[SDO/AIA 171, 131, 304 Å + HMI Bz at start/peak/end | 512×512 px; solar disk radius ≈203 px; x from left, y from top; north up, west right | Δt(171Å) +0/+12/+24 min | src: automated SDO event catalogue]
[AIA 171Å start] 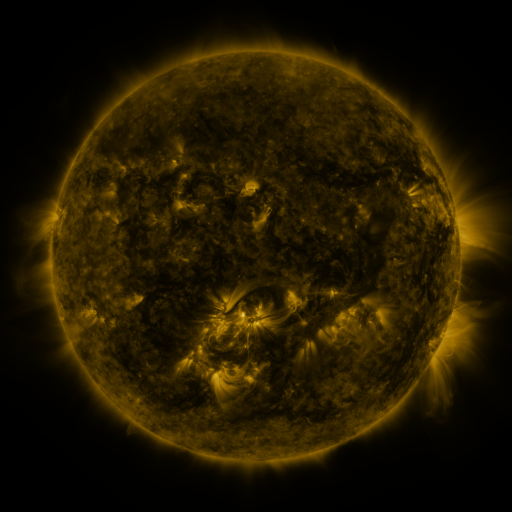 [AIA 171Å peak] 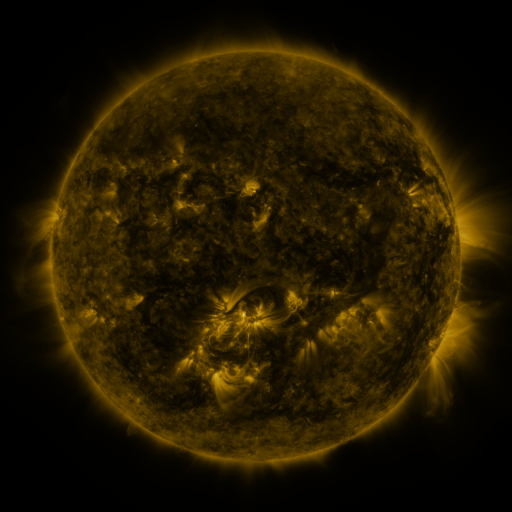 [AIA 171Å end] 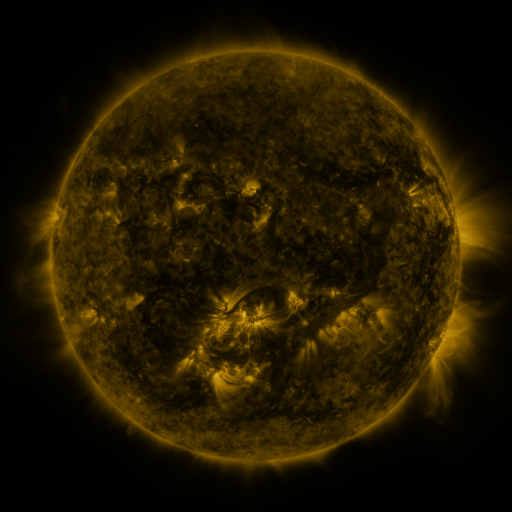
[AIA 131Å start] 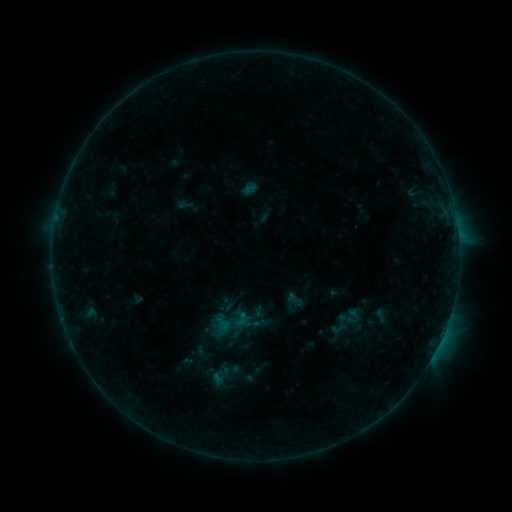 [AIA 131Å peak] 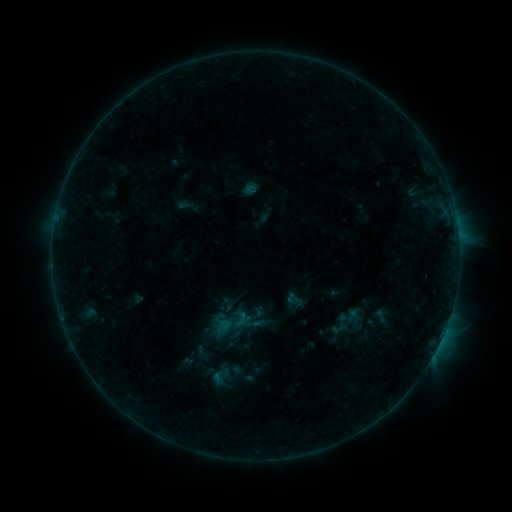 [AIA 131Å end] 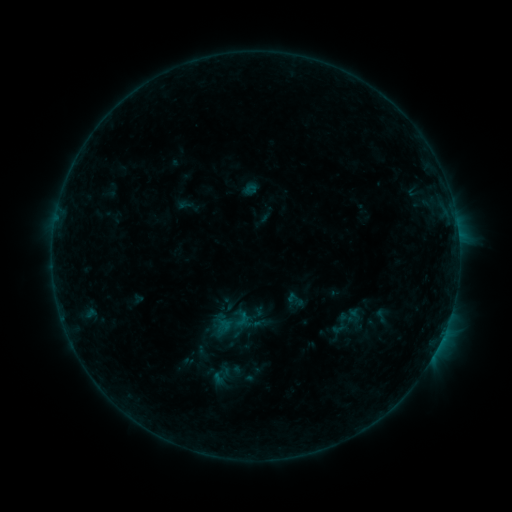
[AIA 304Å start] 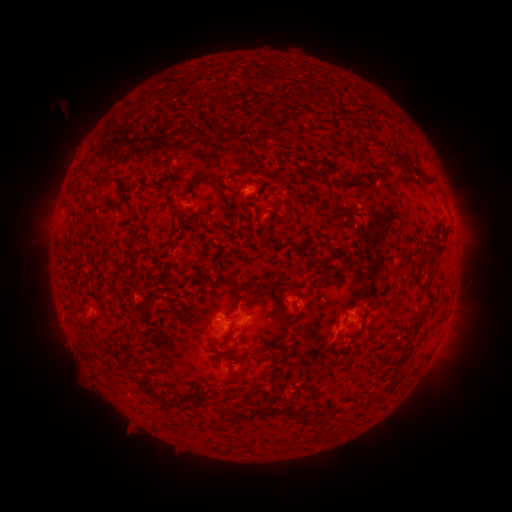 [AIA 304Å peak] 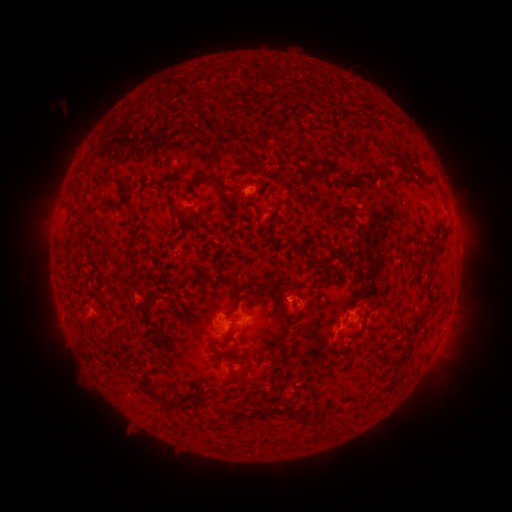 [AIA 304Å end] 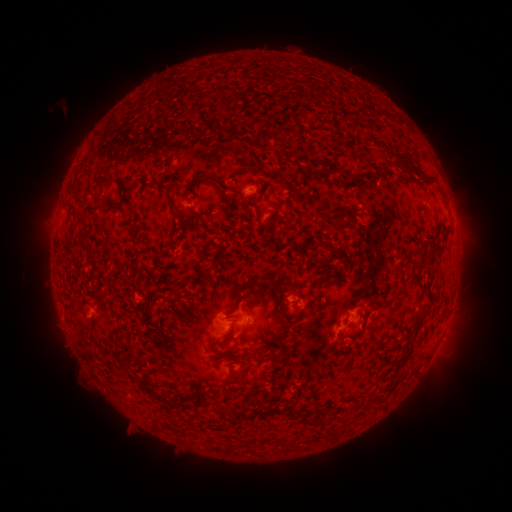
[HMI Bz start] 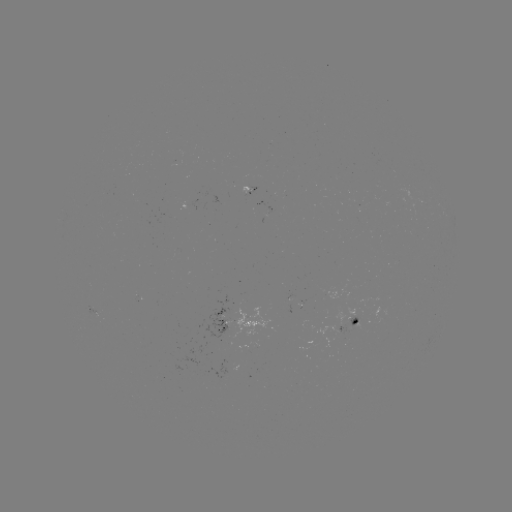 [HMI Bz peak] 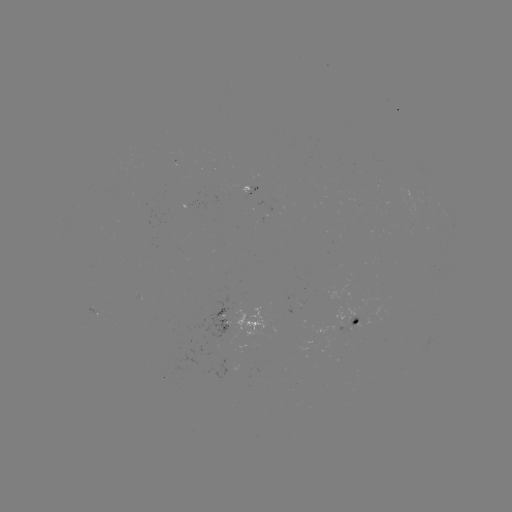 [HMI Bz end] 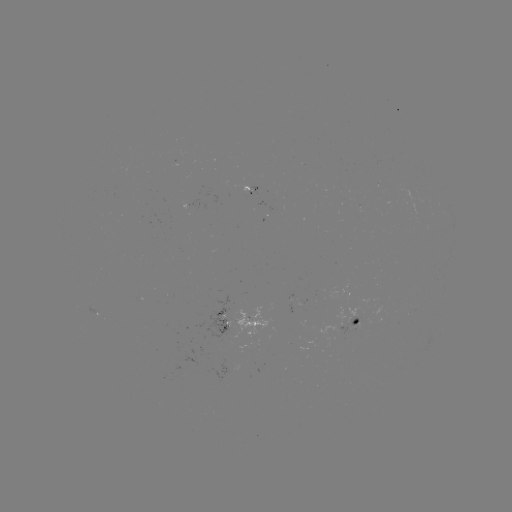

no classed flare was catalogued and no EUV brightening was flagged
